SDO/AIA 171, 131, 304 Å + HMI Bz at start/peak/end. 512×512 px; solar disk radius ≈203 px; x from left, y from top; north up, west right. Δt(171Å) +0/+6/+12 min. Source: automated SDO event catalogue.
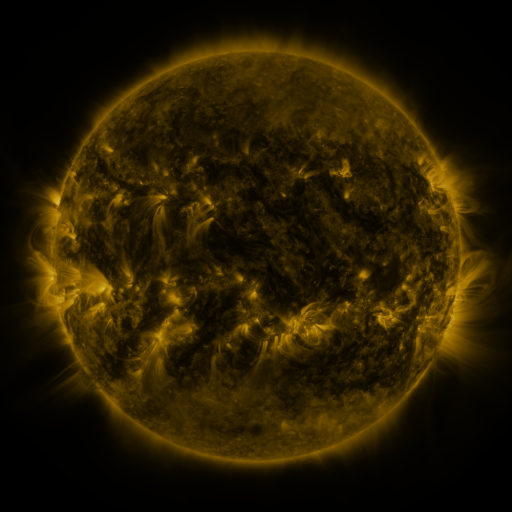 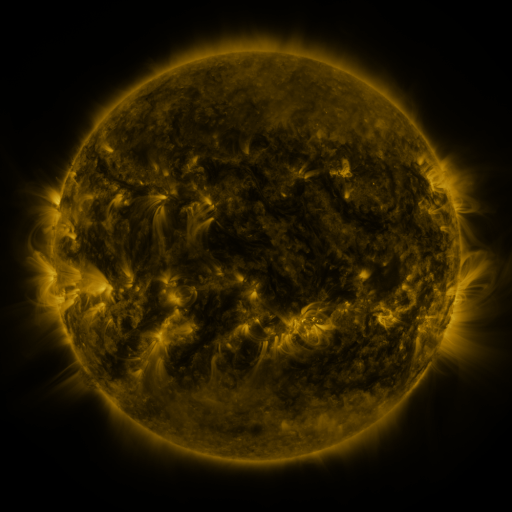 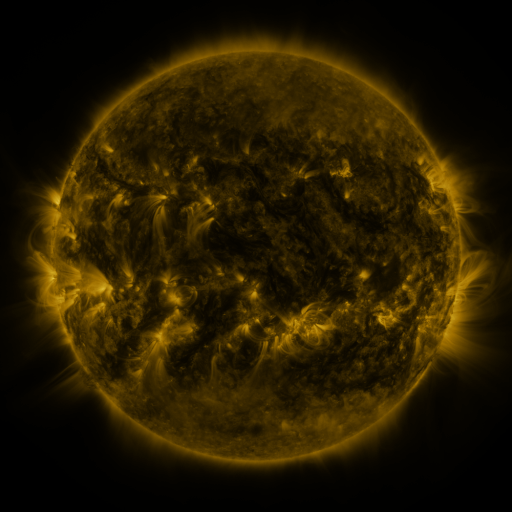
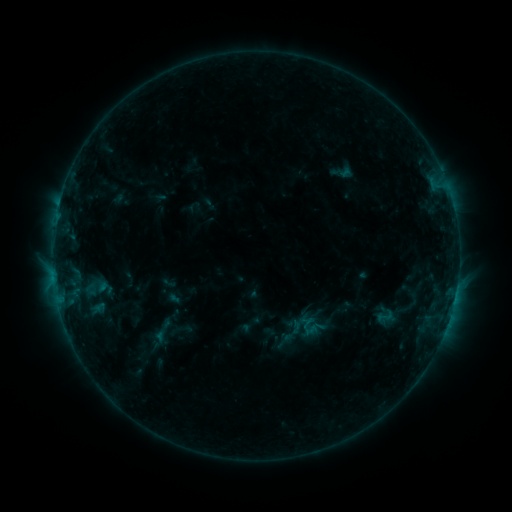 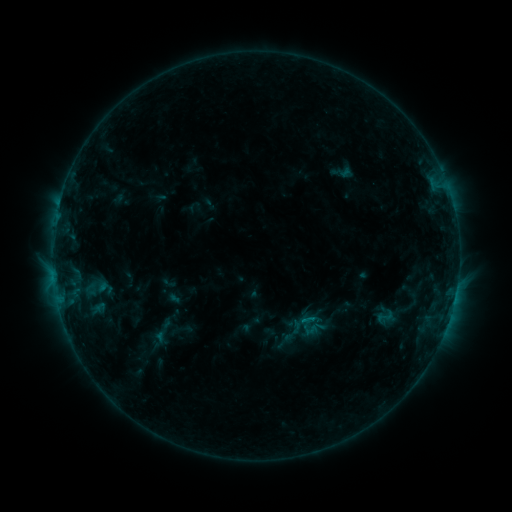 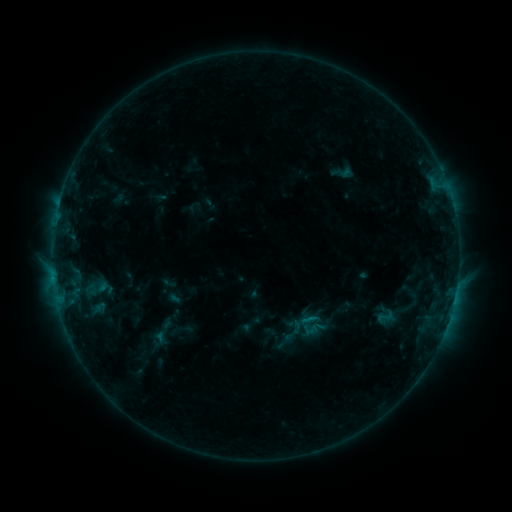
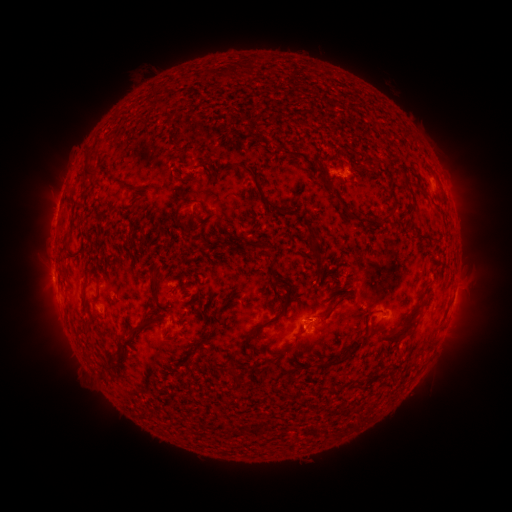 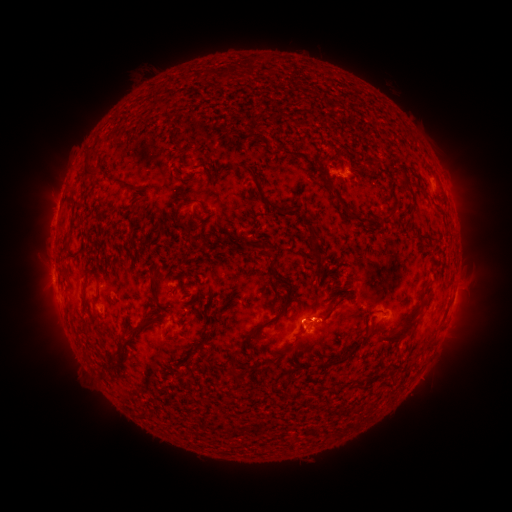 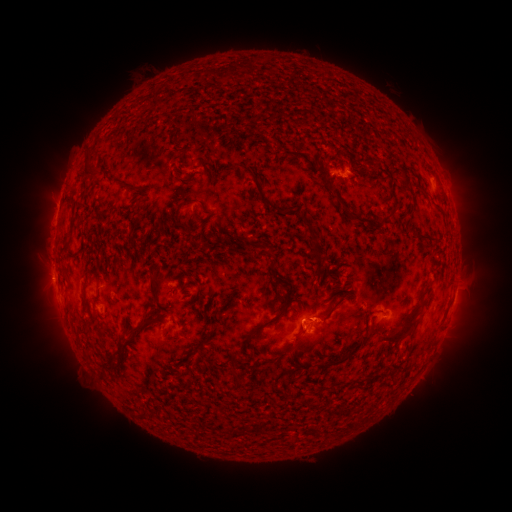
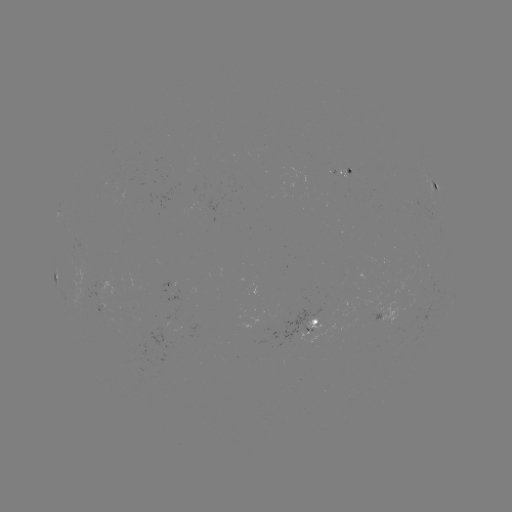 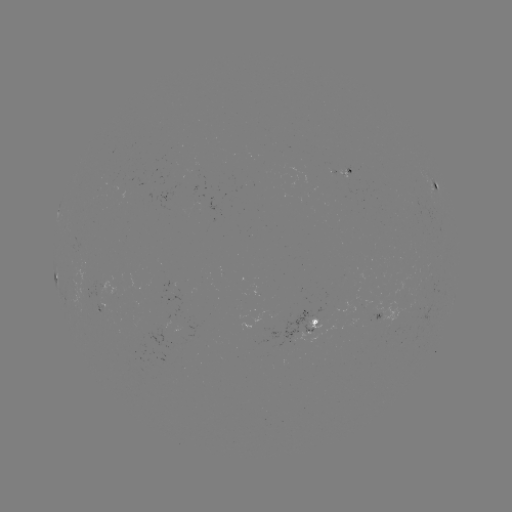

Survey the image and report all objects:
B5.1 flare: (311, 317)
